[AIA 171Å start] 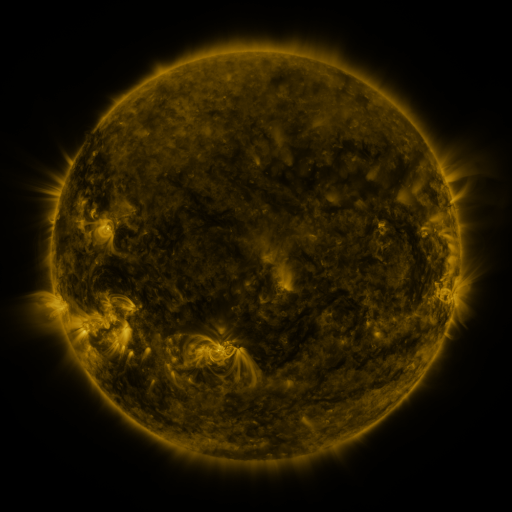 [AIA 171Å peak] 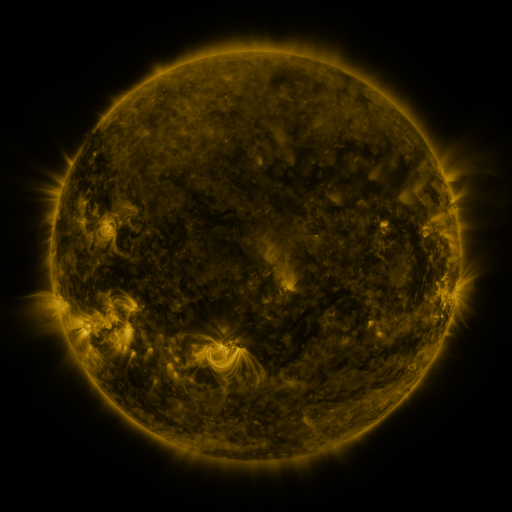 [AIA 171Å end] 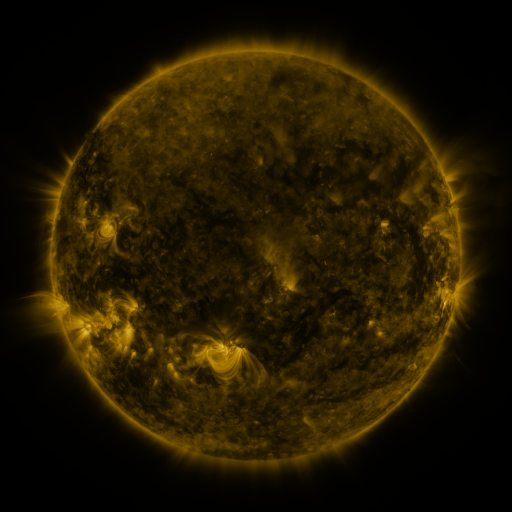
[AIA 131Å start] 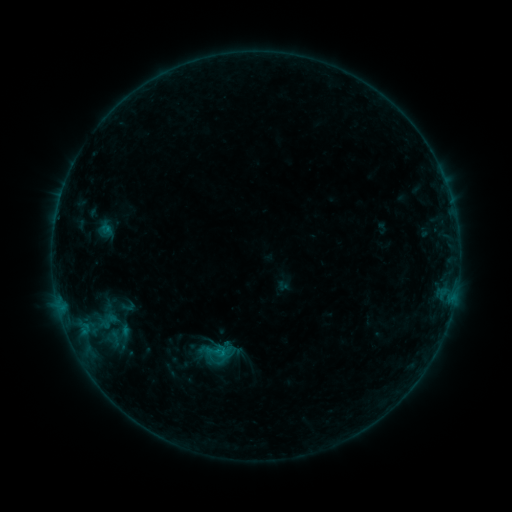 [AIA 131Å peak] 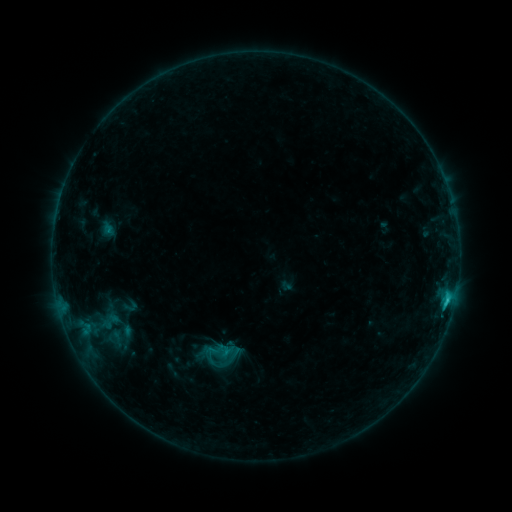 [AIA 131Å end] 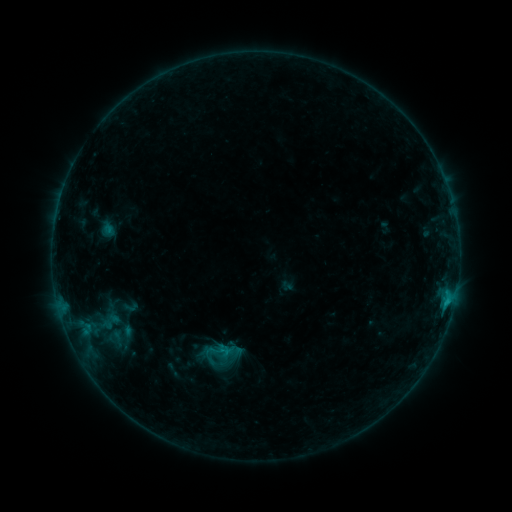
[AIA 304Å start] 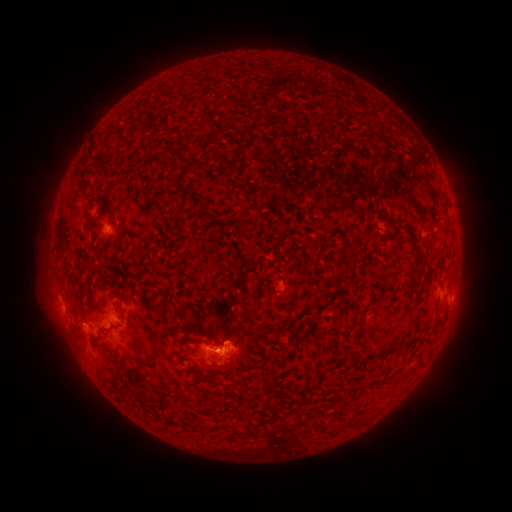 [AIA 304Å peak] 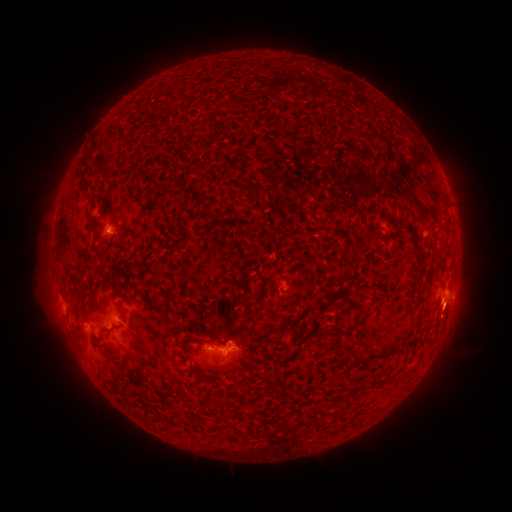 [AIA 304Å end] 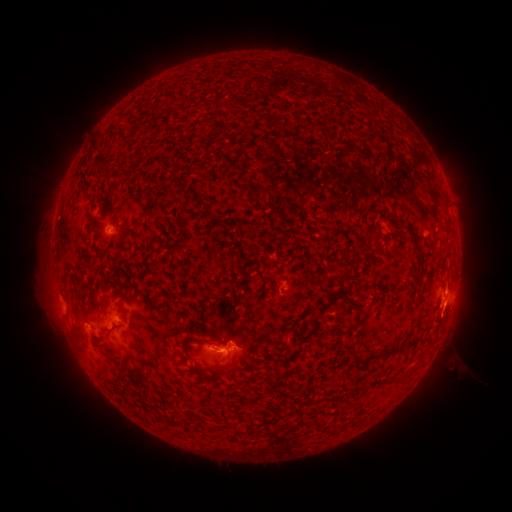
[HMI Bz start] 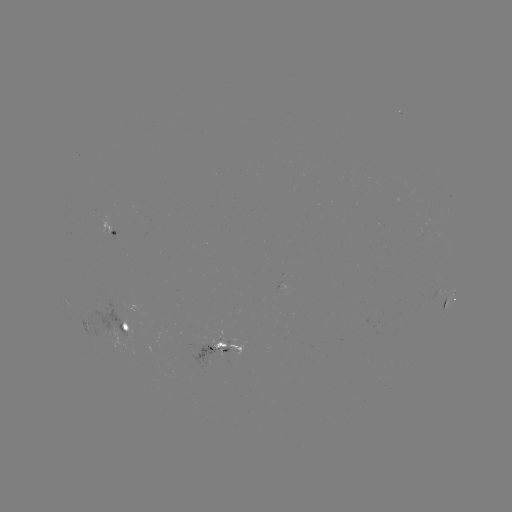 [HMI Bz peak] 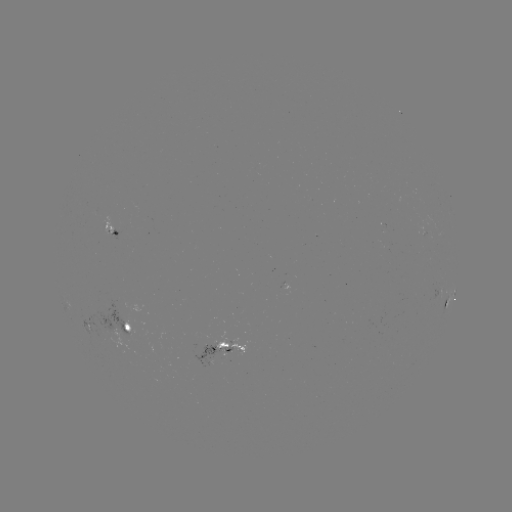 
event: flare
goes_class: C1.3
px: (447, 298)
